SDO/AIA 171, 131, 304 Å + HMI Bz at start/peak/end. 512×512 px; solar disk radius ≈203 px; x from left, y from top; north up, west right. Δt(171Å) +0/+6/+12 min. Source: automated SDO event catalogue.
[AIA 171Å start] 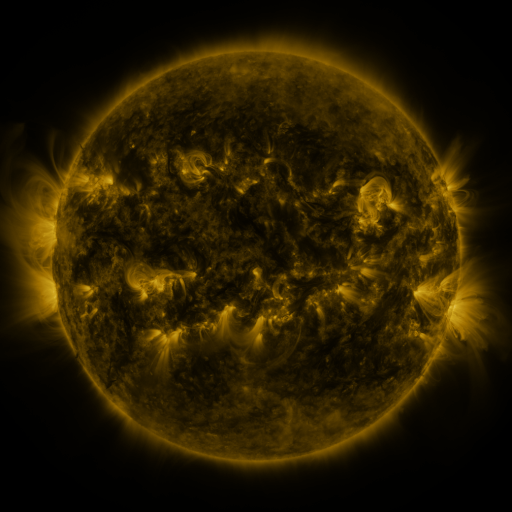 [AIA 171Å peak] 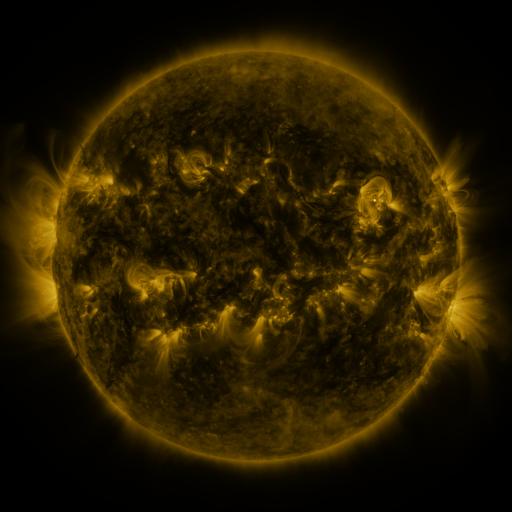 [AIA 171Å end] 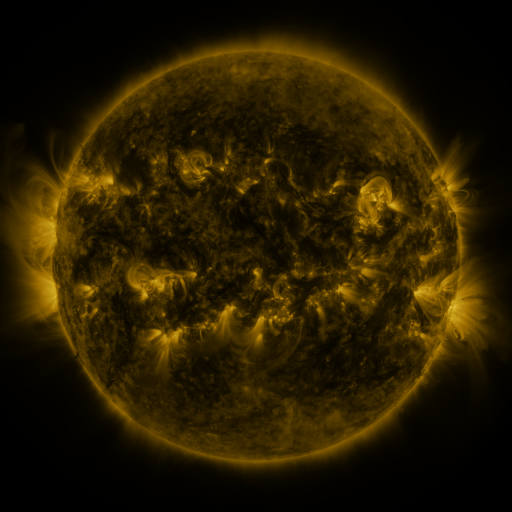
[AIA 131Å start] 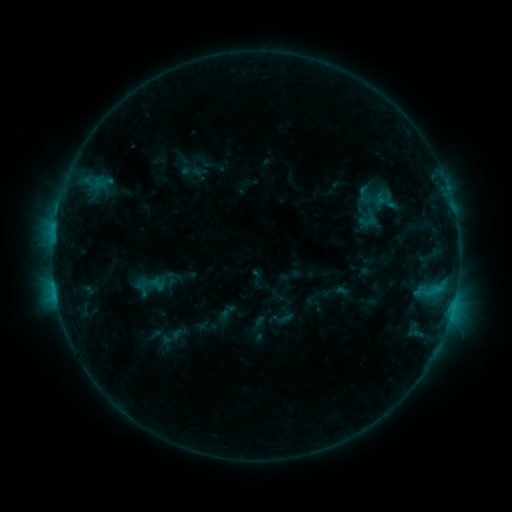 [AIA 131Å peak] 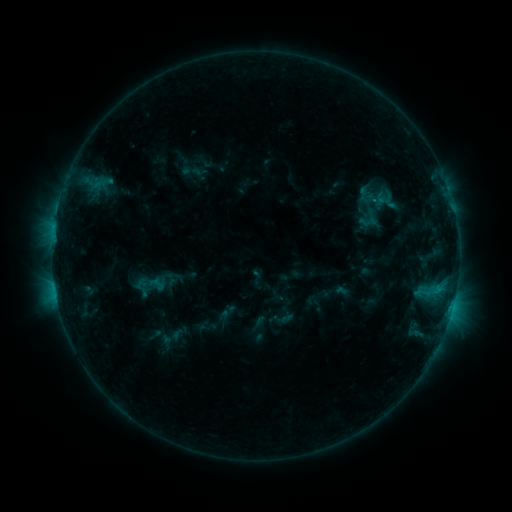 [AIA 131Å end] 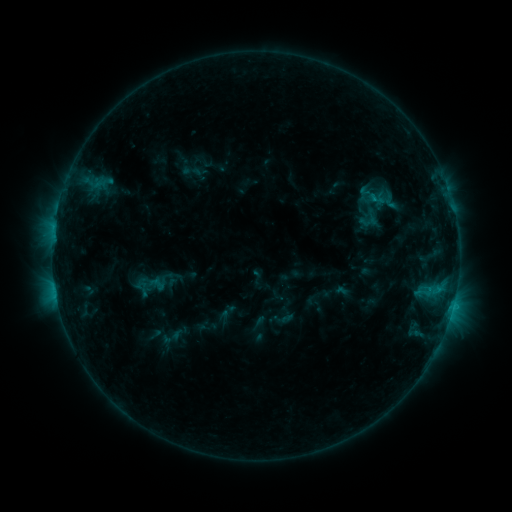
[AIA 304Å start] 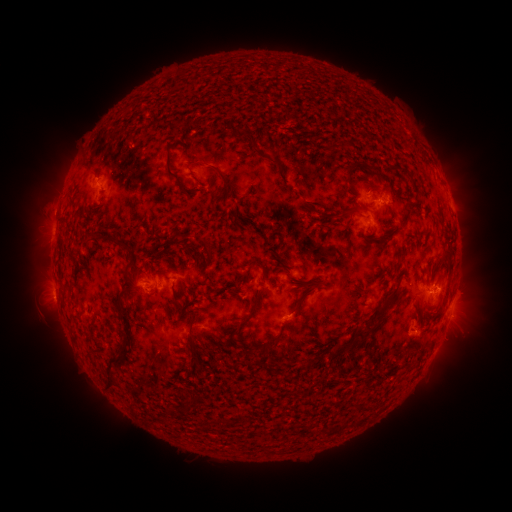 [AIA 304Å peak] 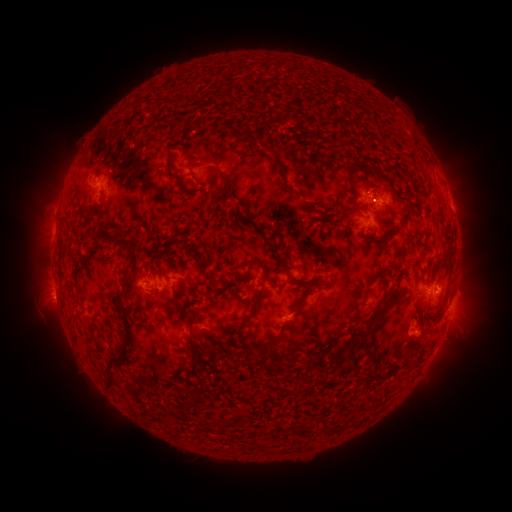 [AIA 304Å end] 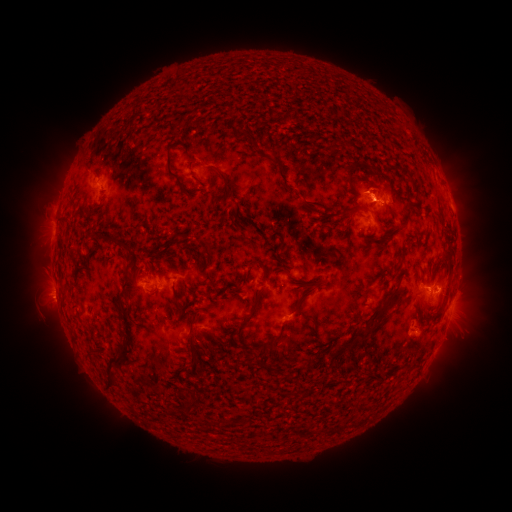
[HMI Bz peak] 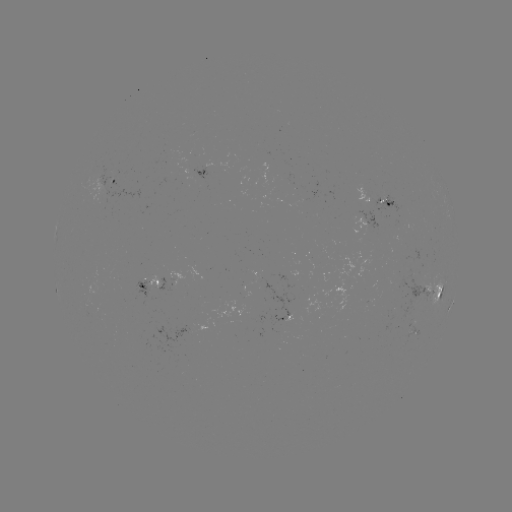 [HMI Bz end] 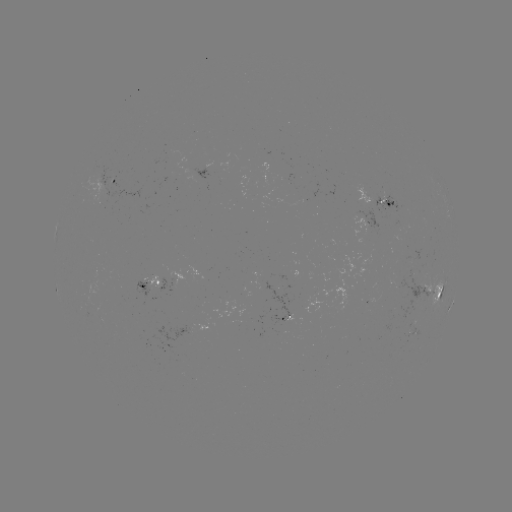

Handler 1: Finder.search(eruption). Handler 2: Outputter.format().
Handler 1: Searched eruption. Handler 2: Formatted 374,186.